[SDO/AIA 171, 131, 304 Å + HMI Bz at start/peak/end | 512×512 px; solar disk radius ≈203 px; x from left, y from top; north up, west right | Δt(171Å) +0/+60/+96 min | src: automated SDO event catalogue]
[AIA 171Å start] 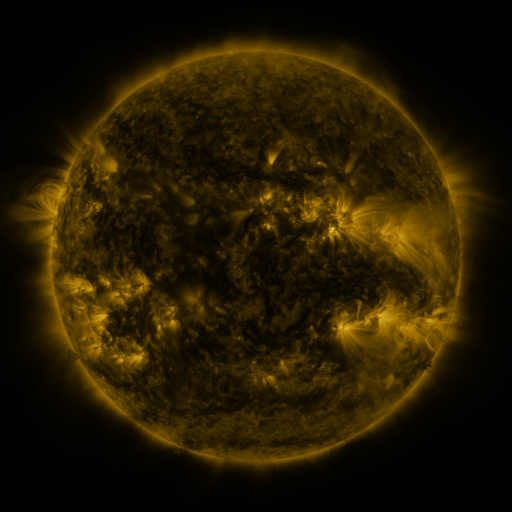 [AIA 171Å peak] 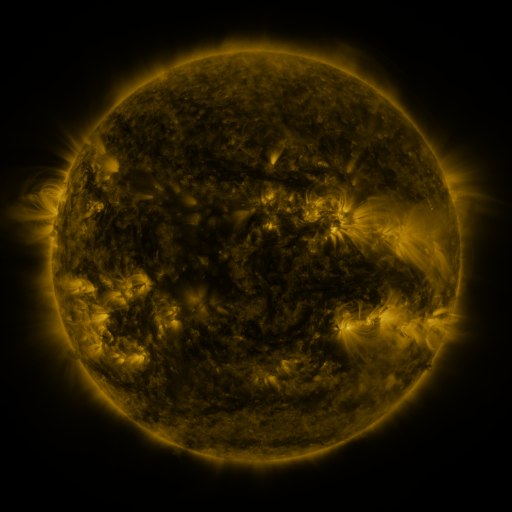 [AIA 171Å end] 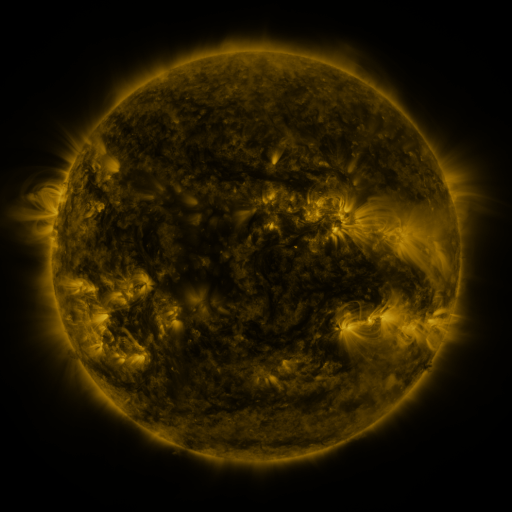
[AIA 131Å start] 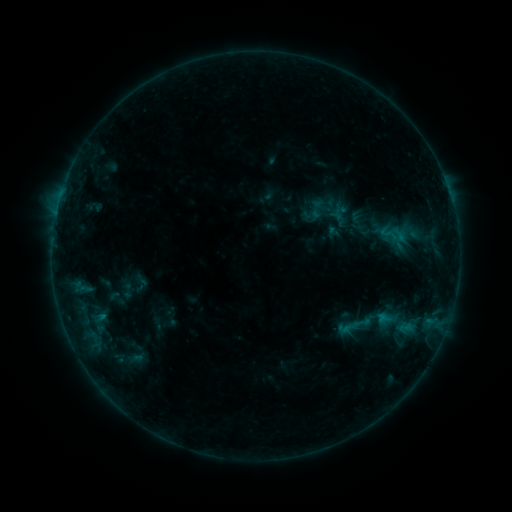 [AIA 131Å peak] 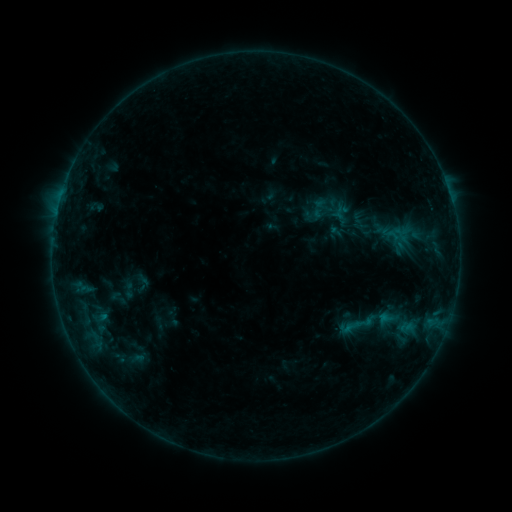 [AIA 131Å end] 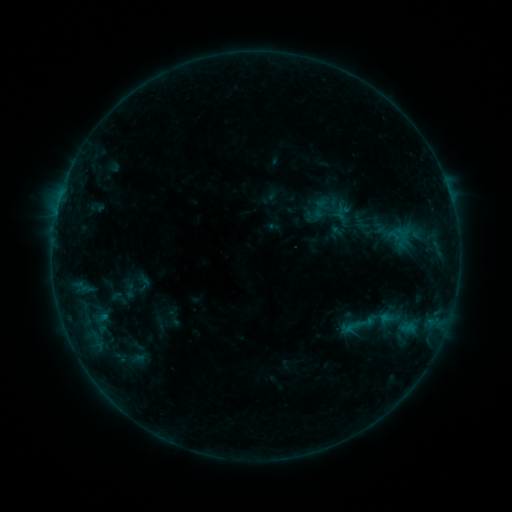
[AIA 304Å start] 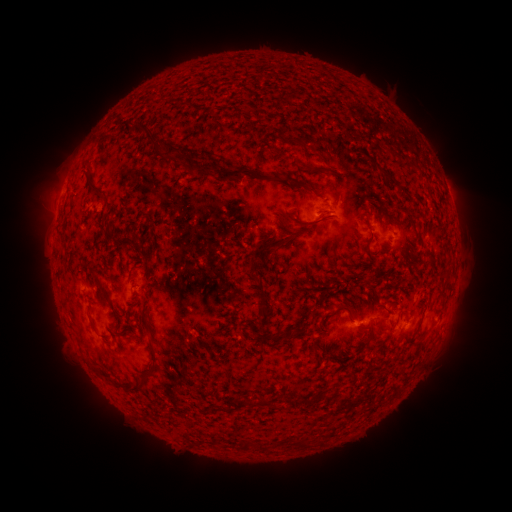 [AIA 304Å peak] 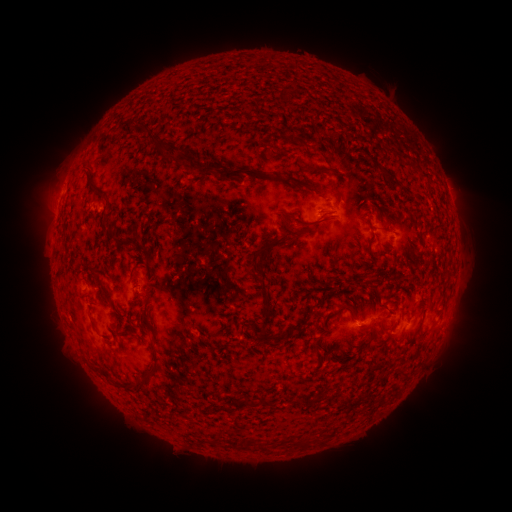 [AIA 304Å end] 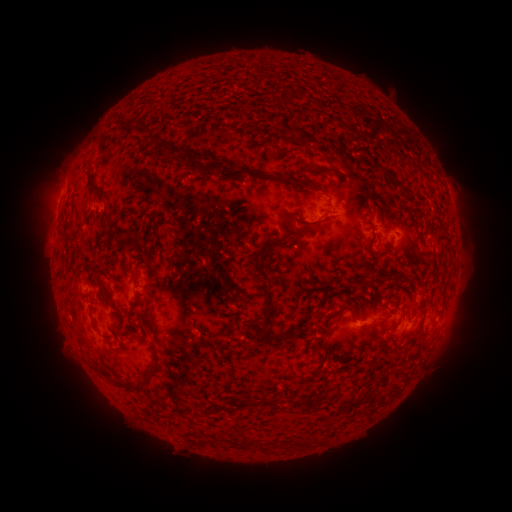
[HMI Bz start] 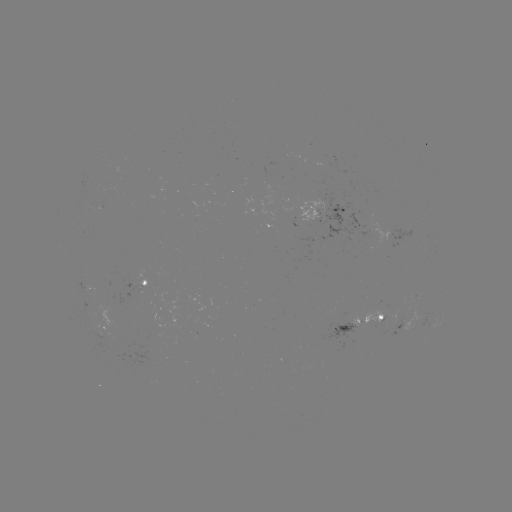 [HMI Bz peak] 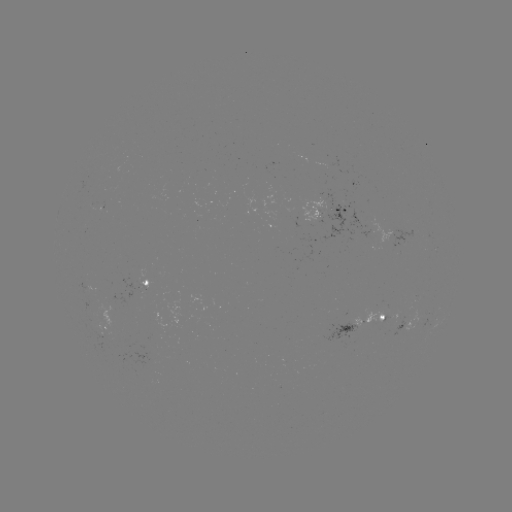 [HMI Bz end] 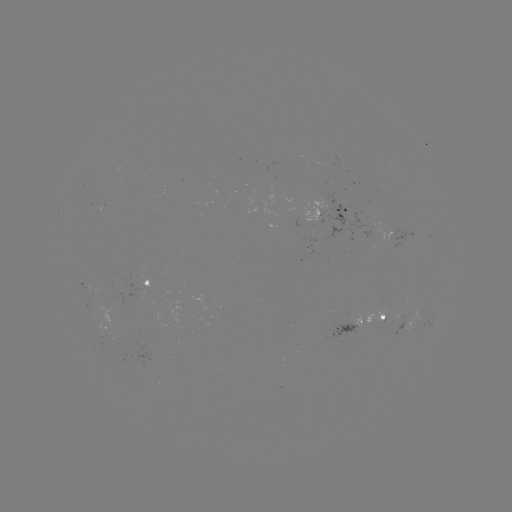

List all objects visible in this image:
emerging-flux region: (142, 285)
